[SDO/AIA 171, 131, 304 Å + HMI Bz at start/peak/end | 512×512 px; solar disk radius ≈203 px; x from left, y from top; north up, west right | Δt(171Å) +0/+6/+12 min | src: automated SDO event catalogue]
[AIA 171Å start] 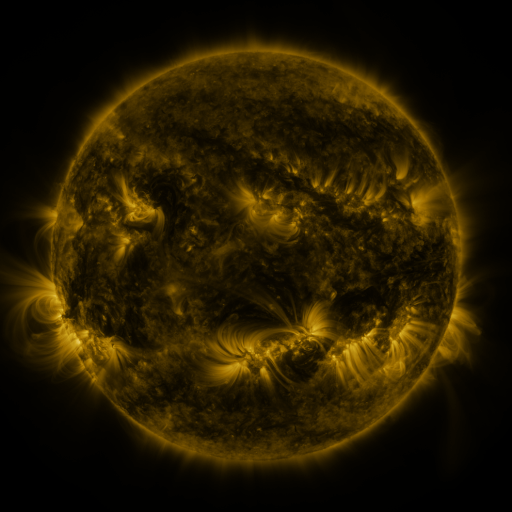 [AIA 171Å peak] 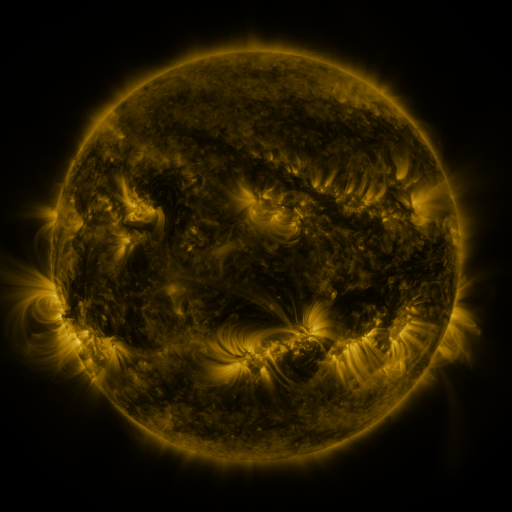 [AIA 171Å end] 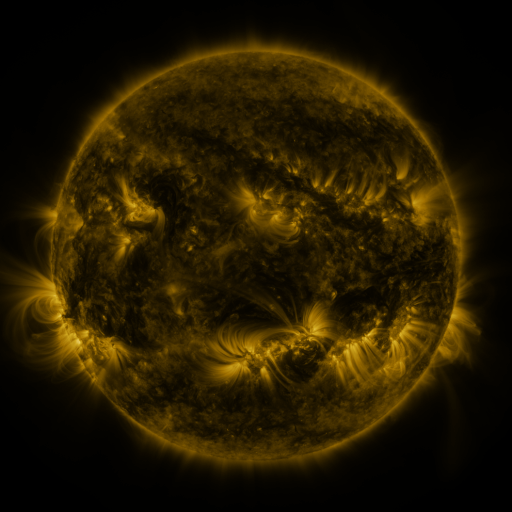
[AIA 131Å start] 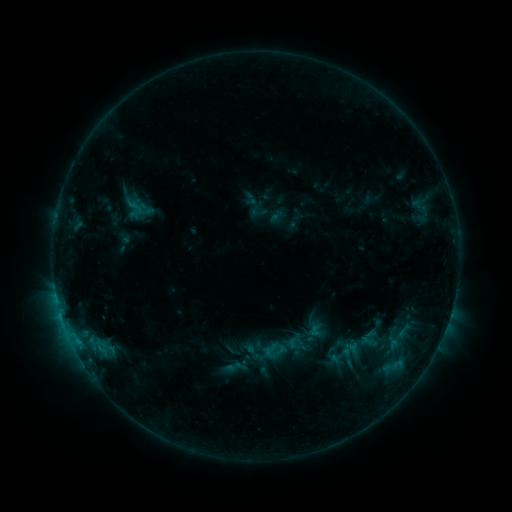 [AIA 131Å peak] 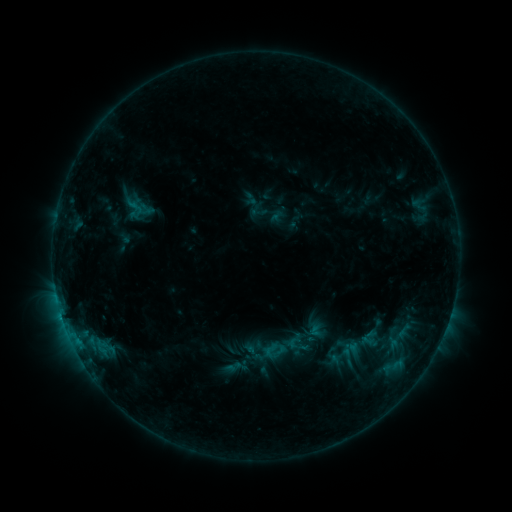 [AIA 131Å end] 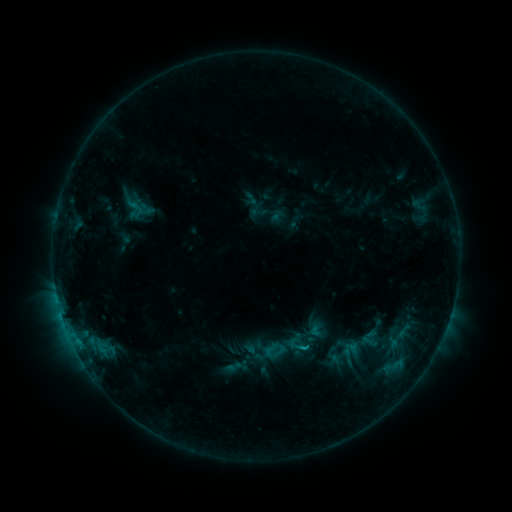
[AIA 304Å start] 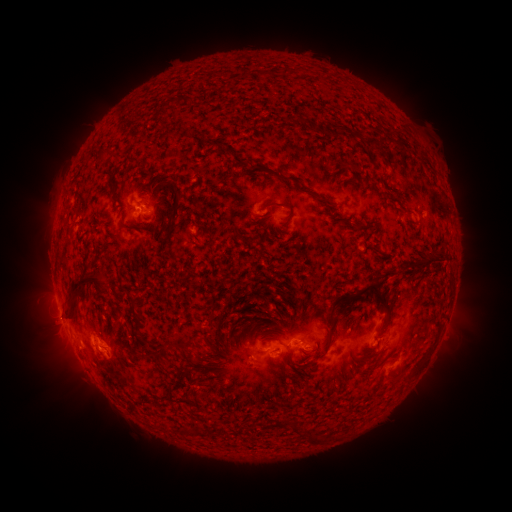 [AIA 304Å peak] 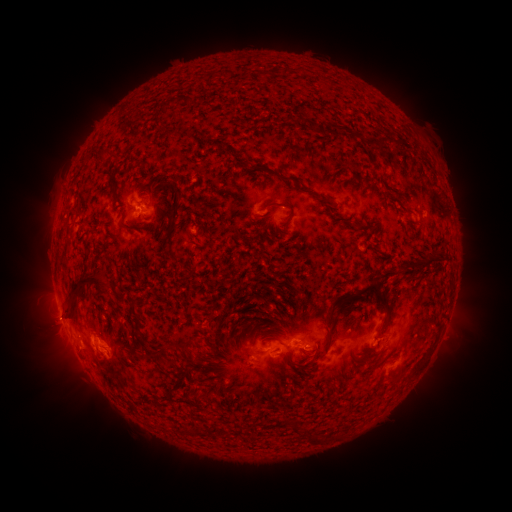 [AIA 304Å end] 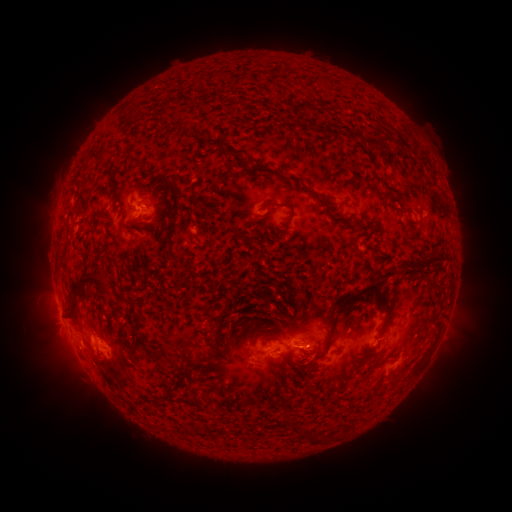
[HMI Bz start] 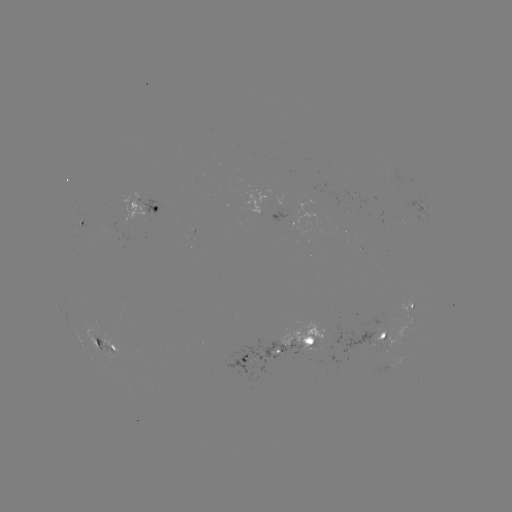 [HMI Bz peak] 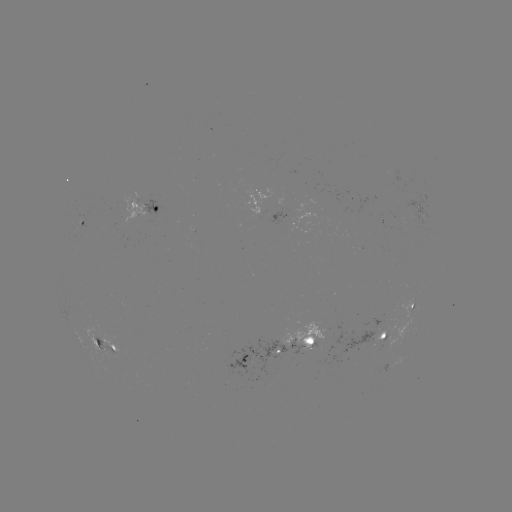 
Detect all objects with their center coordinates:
C1.5 flare: (305, 344)
